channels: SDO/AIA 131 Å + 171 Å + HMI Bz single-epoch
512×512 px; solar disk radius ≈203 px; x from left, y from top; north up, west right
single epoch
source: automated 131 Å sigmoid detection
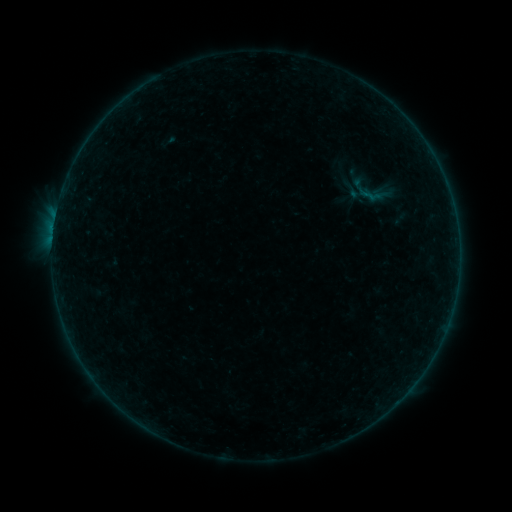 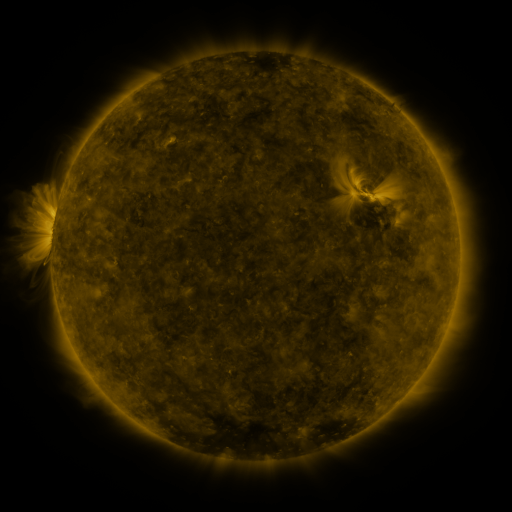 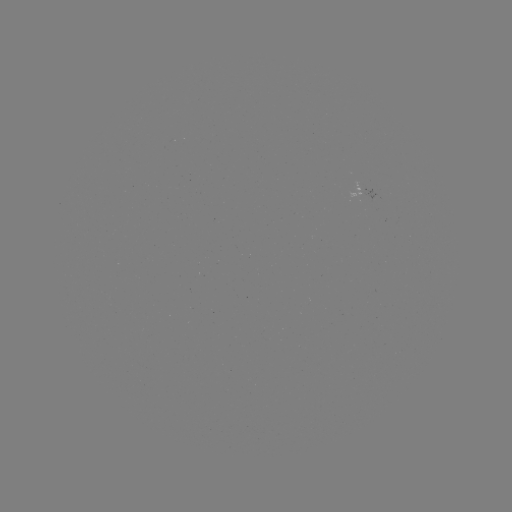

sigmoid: (352, 176, 392, 214)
